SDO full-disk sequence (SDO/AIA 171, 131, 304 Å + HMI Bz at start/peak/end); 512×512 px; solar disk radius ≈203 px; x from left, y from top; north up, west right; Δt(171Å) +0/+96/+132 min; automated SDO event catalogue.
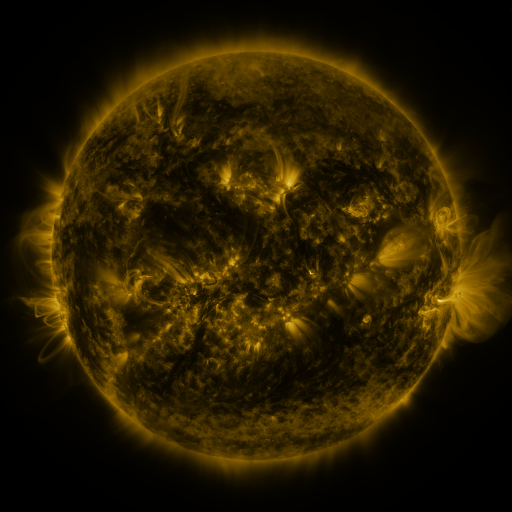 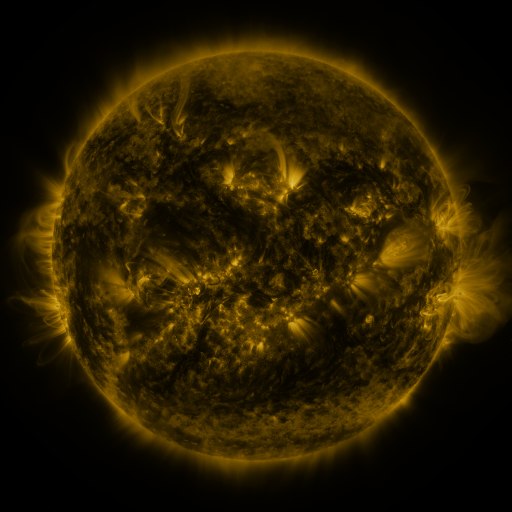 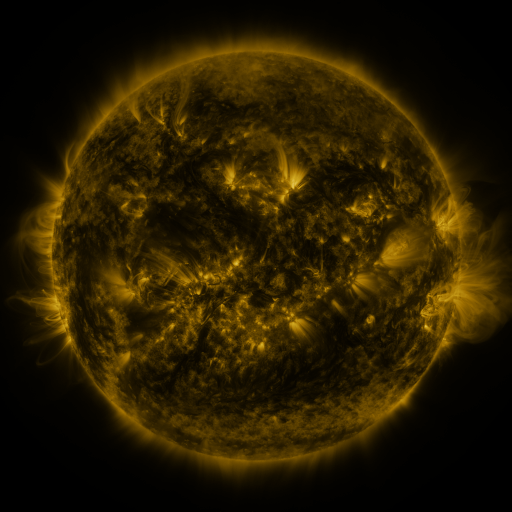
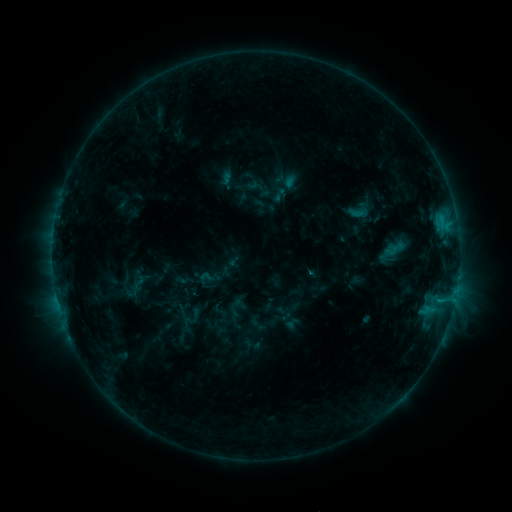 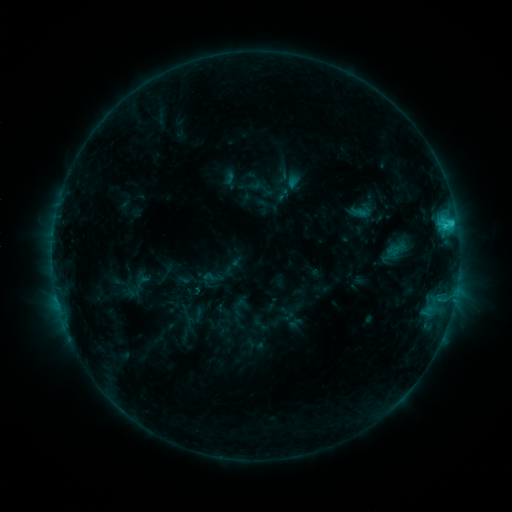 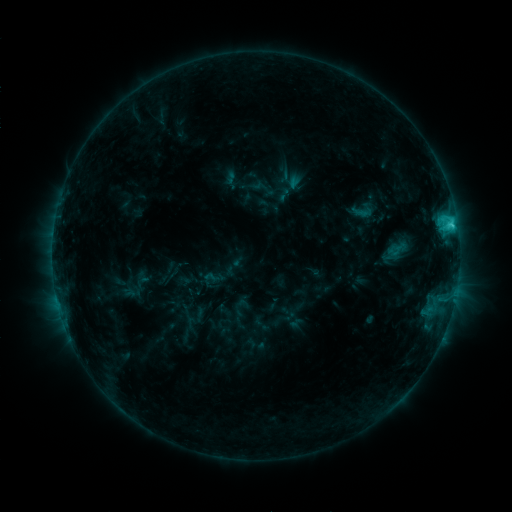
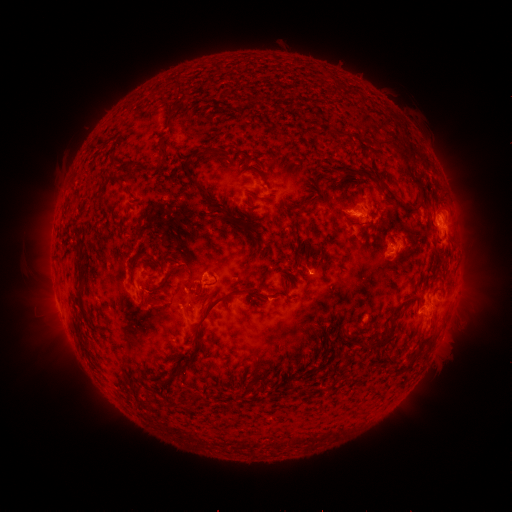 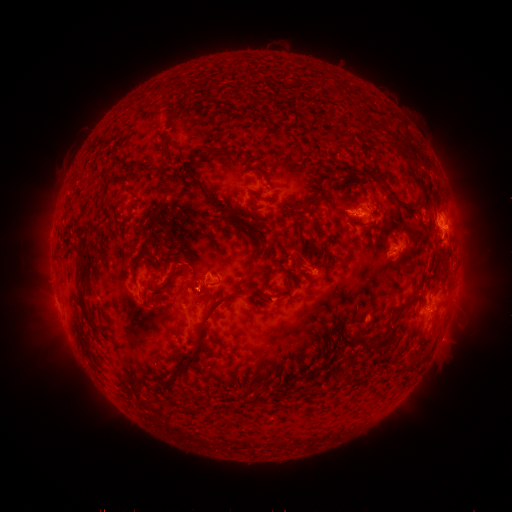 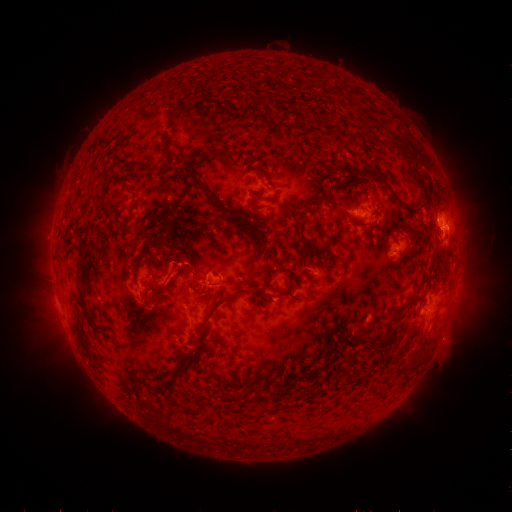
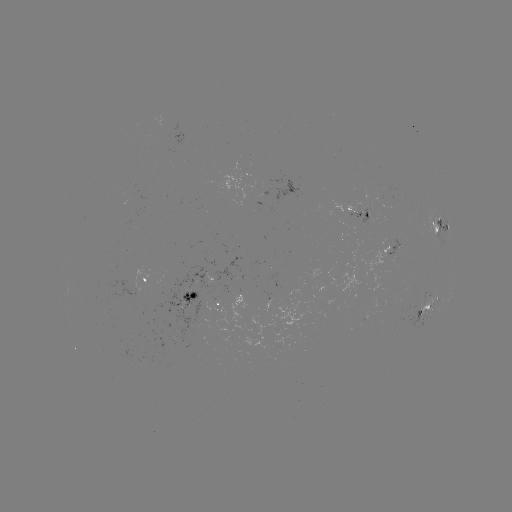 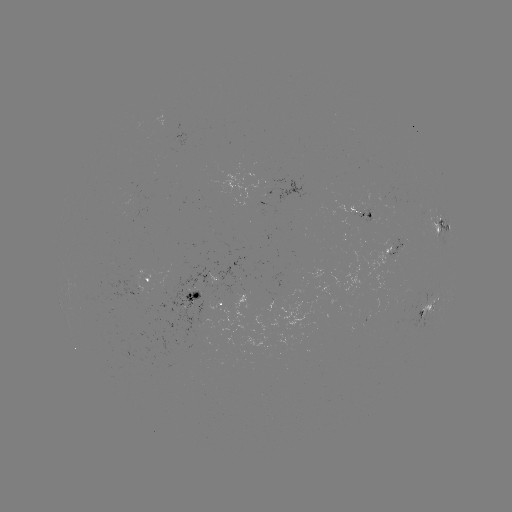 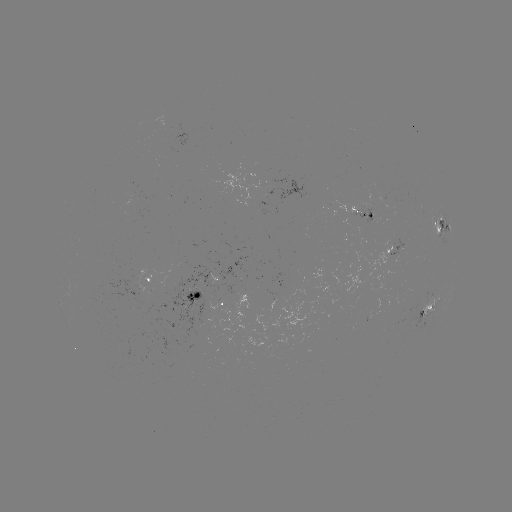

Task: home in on emerging-flux region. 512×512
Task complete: [391, 203].